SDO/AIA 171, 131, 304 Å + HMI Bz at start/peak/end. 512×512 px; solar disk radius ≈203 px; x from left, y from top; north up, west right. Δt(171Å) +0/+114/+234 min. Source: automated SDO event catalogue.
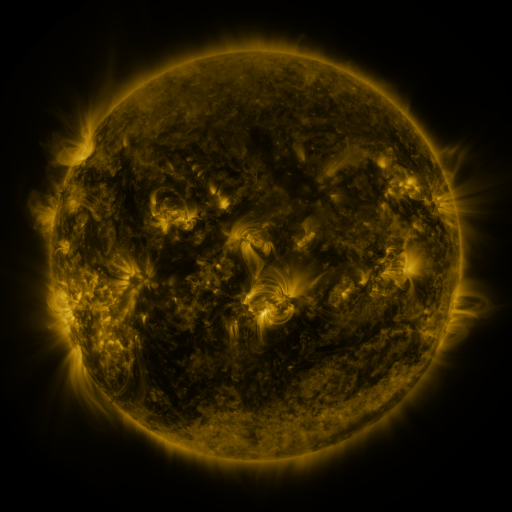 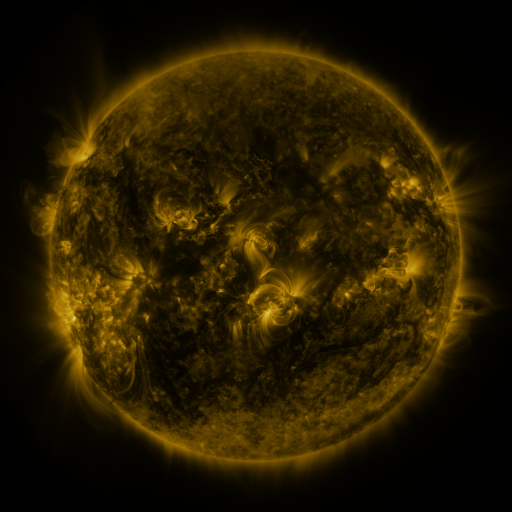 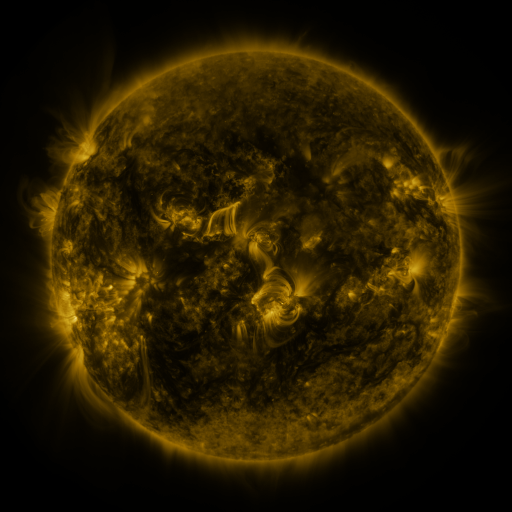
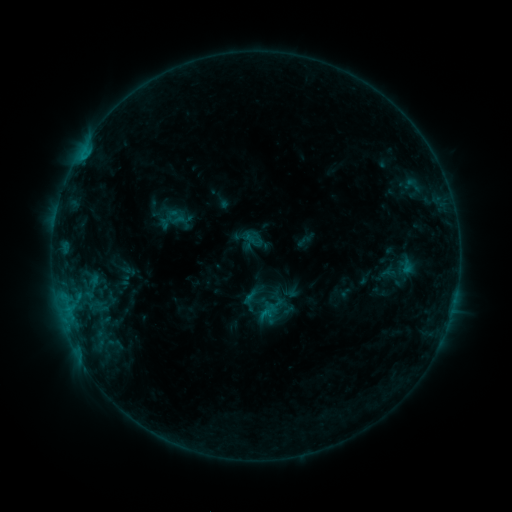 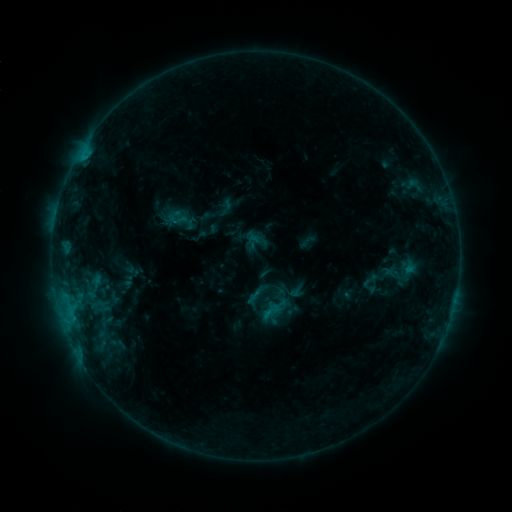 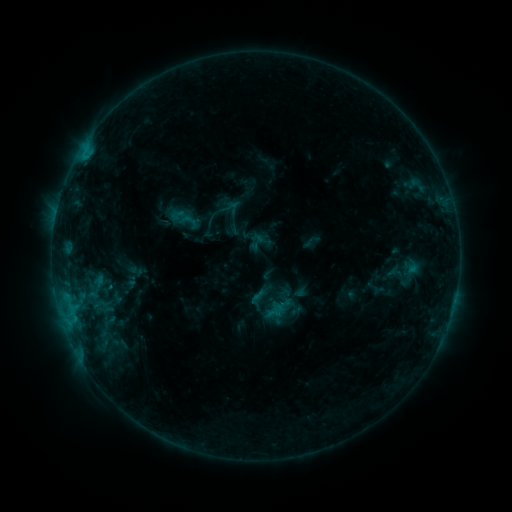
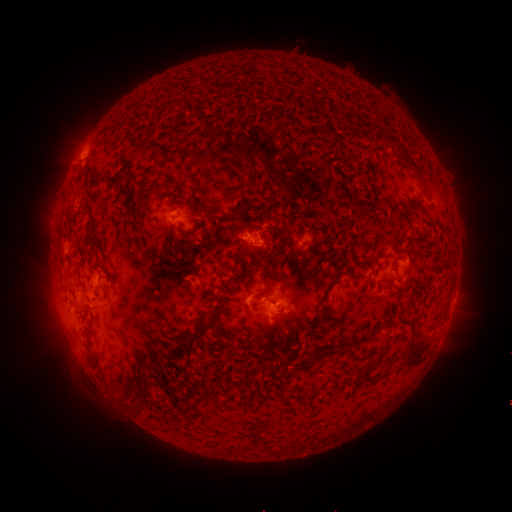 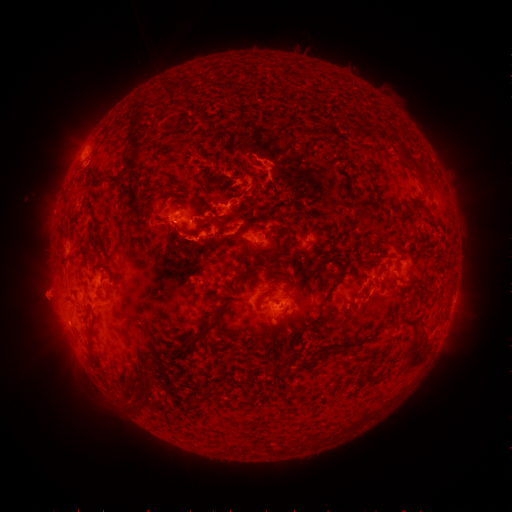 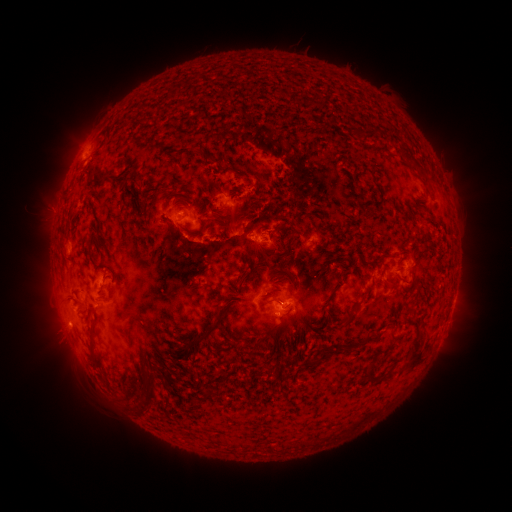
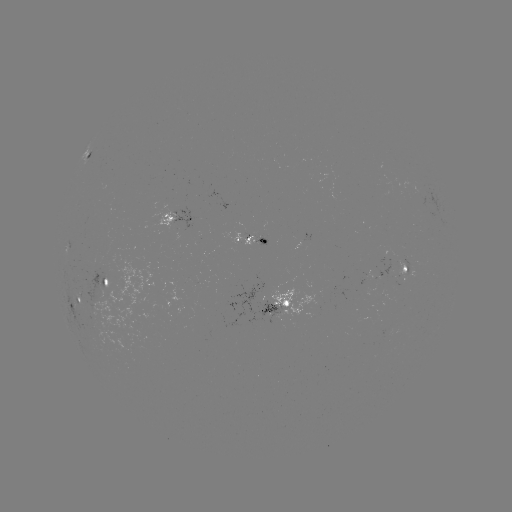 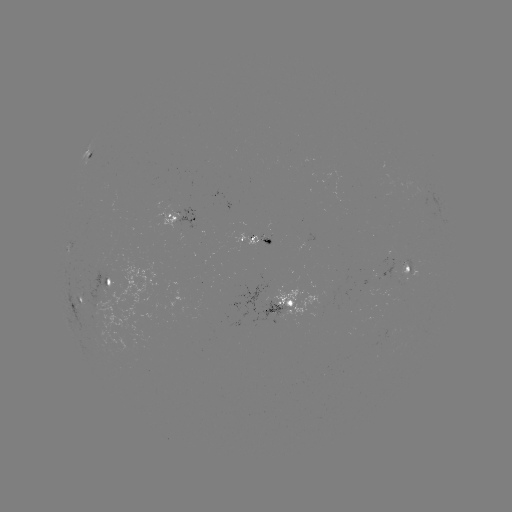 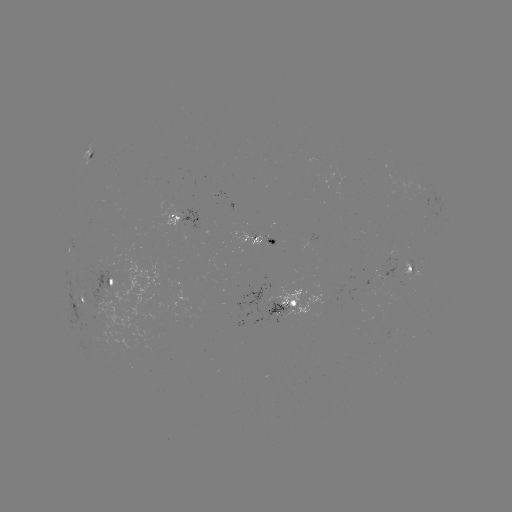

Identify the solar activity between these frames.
filament eruption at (347, 291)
